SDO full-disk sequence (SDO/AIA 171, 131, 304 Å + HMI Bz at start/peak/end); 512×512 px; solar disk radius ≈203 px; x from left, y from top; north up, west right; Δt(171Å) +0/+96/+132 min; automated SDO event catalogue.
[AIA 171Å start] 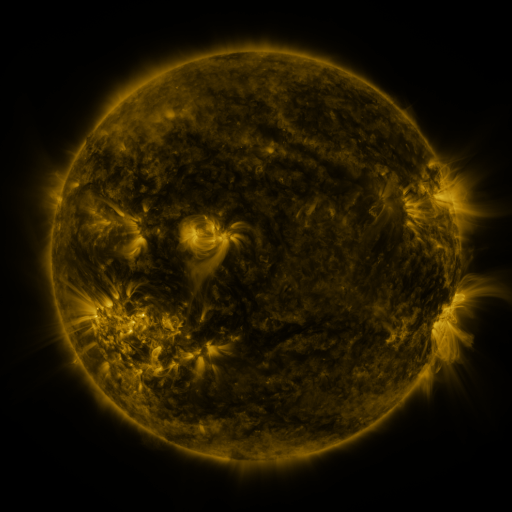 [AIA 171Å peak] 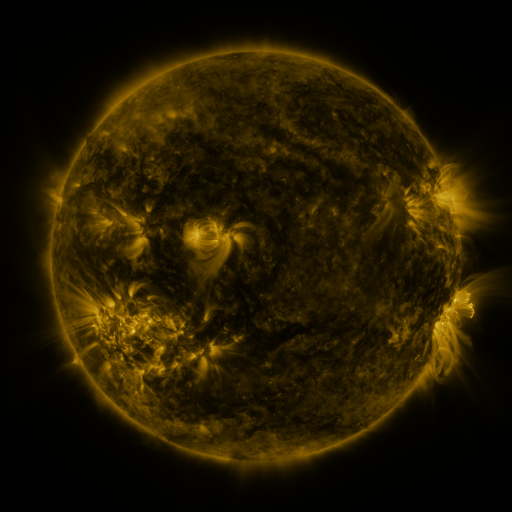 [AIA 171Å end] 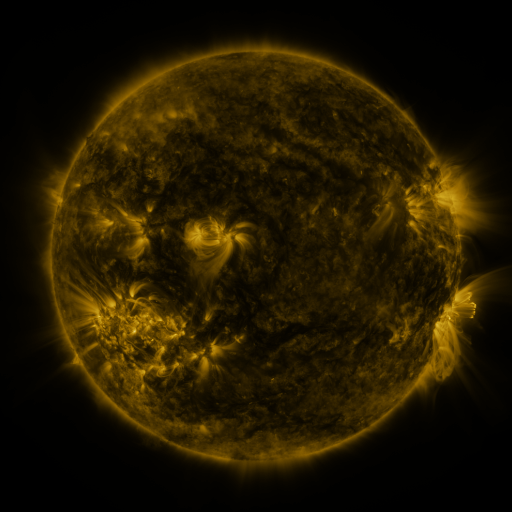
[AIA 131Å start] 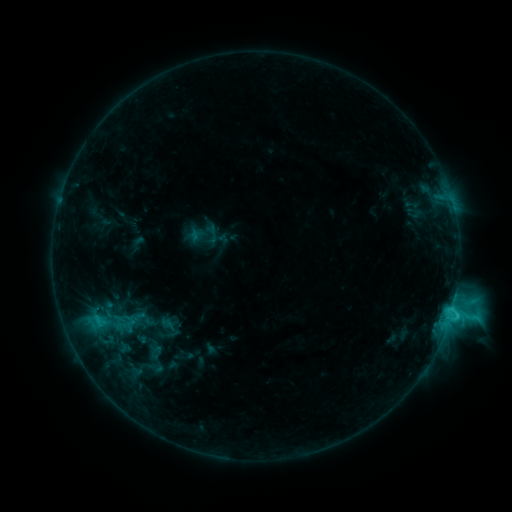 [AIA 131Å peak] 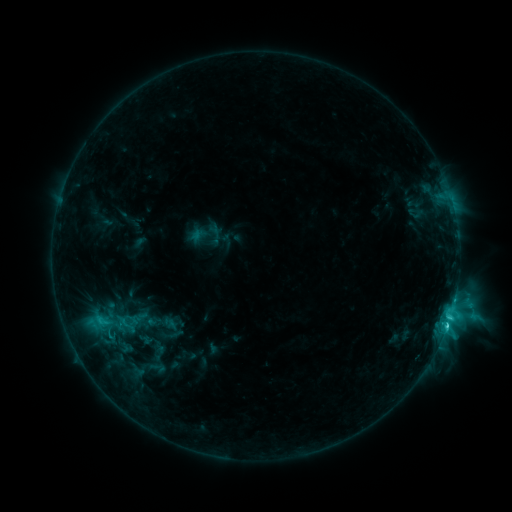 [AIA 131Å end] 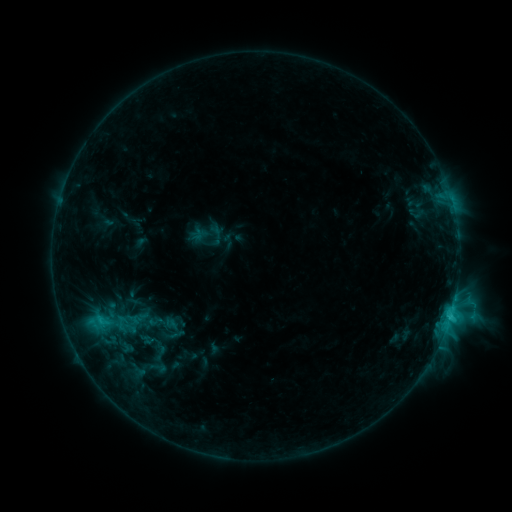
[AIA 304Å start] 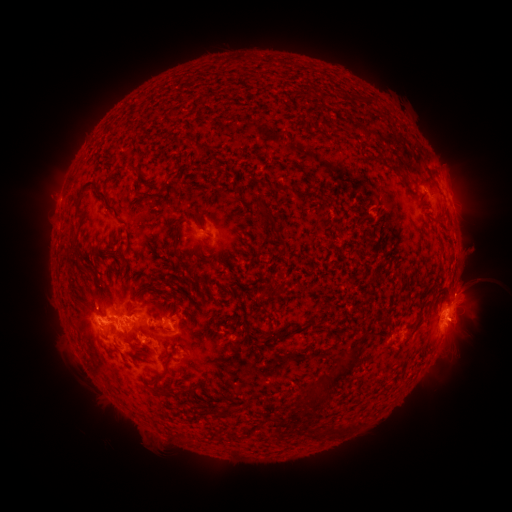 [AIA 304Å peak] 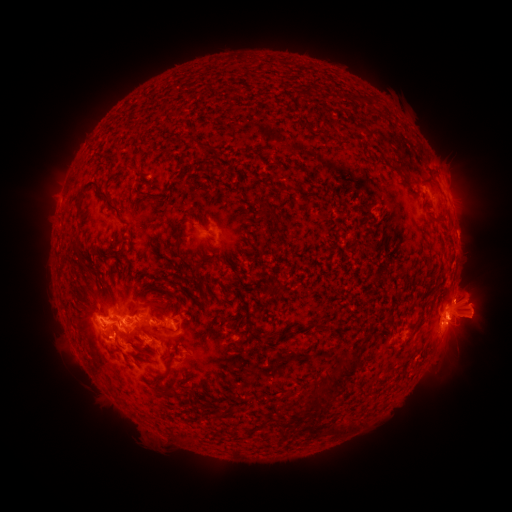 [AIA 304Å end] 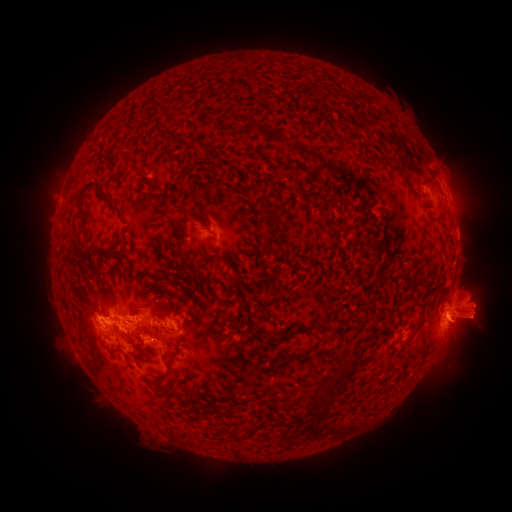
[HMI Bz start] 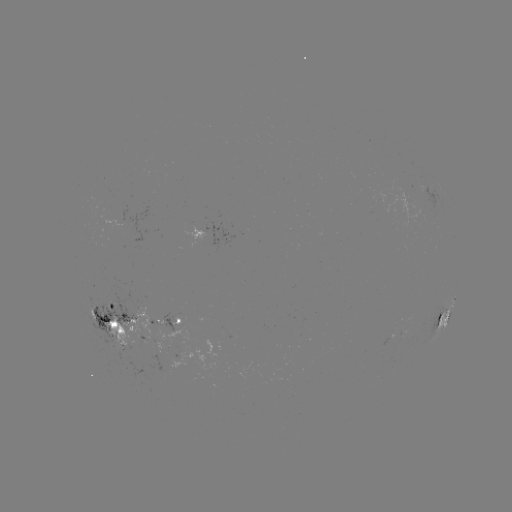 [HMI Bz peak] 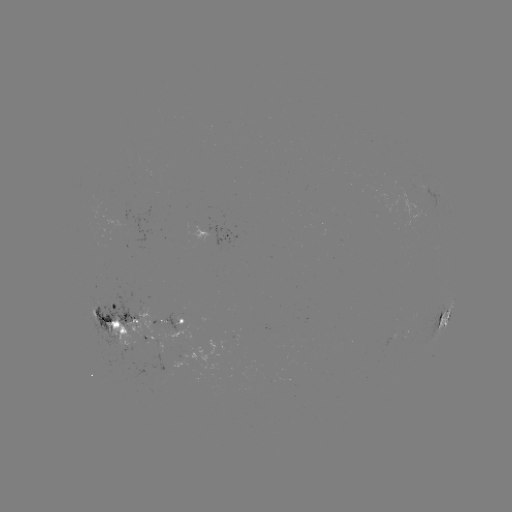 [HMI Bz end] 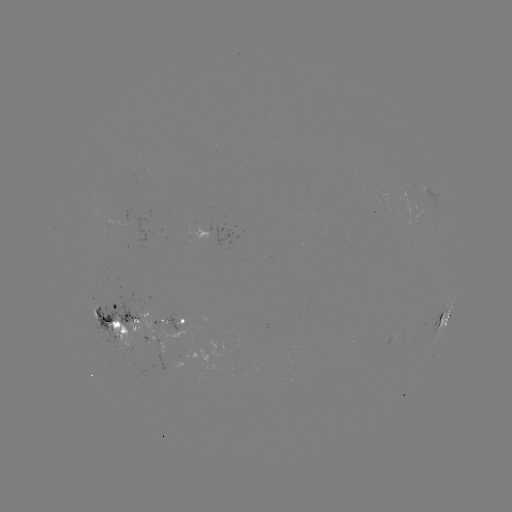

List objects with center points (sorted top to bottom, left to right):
emerging-flux region: (158, 325)
